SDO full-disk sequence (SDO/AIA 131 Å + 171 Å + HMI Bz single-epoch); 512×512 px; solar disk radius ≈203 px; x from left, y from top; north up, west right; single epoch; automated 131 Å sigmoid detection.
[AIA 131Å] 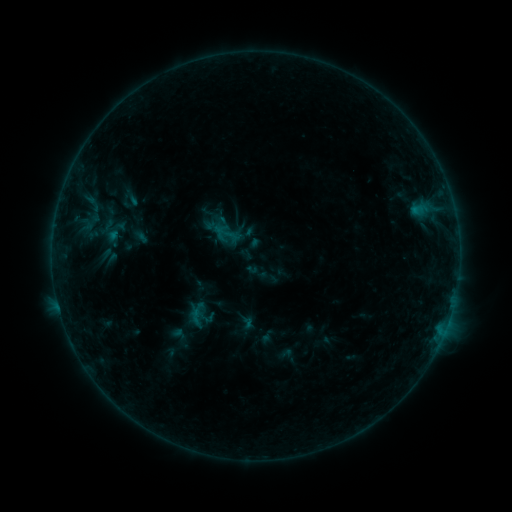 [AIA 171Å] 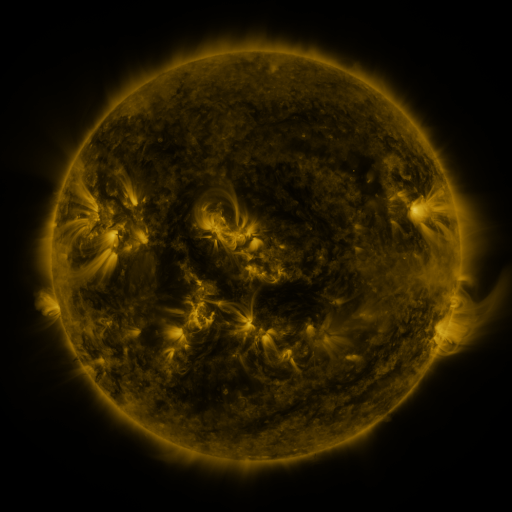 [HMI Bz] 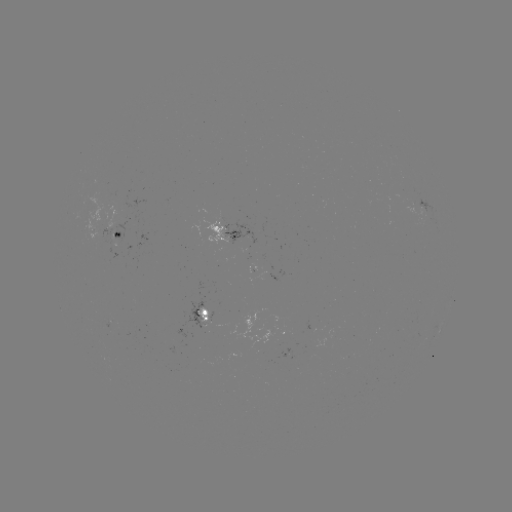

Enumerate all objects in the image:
sigmoid: (227, 233)
